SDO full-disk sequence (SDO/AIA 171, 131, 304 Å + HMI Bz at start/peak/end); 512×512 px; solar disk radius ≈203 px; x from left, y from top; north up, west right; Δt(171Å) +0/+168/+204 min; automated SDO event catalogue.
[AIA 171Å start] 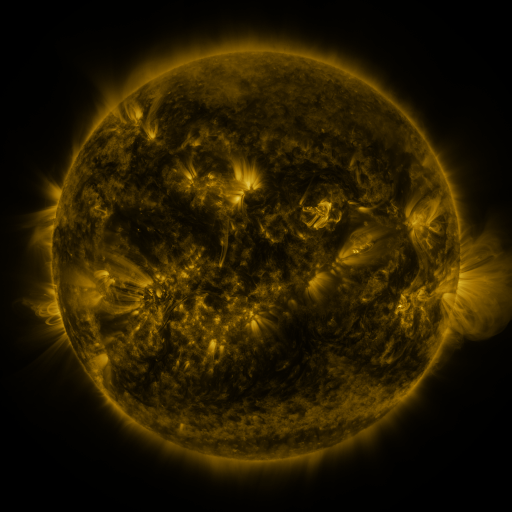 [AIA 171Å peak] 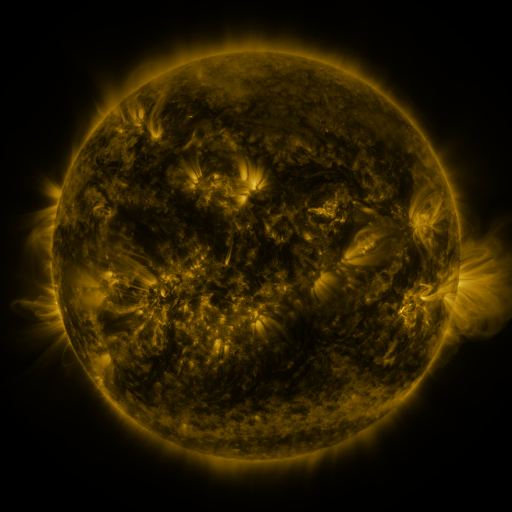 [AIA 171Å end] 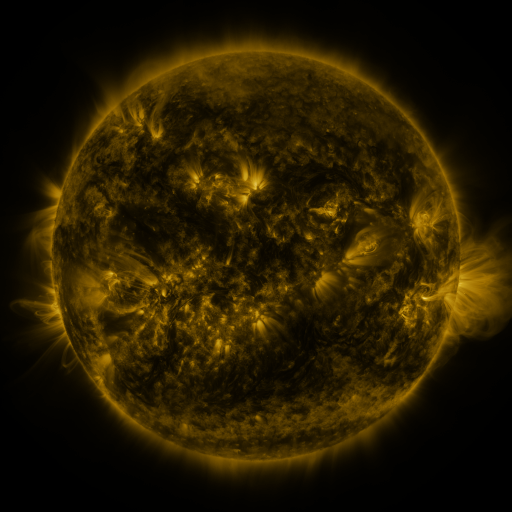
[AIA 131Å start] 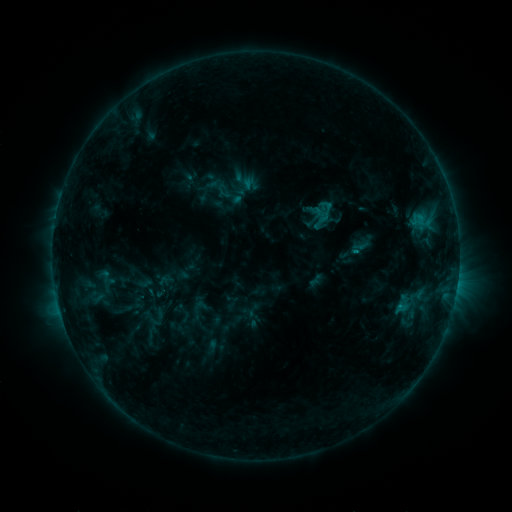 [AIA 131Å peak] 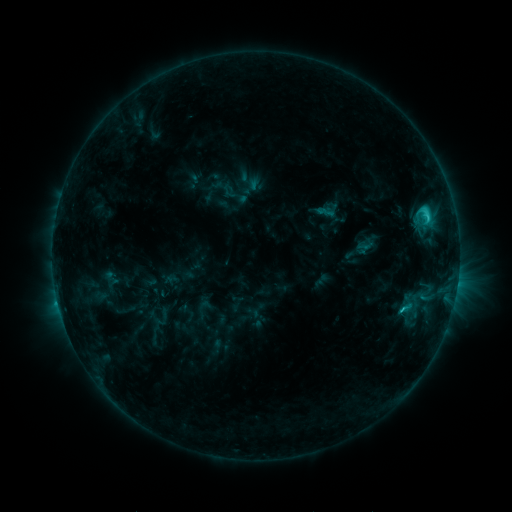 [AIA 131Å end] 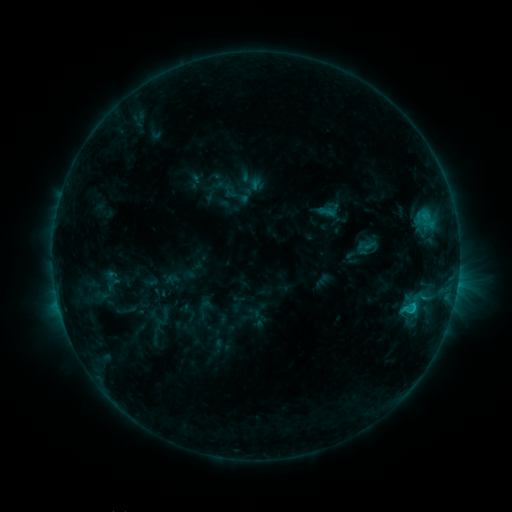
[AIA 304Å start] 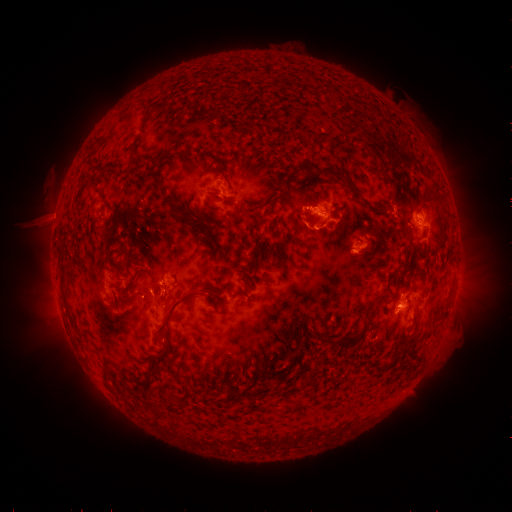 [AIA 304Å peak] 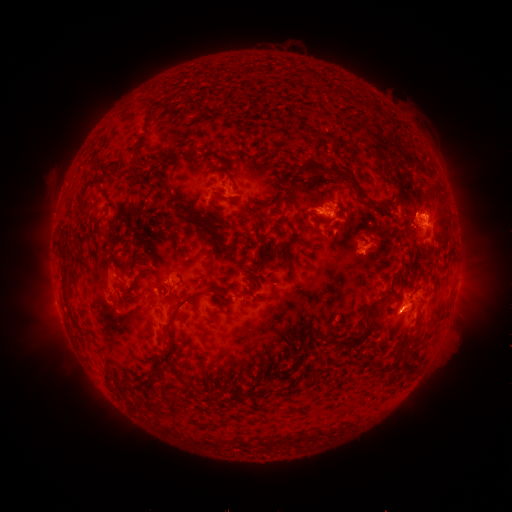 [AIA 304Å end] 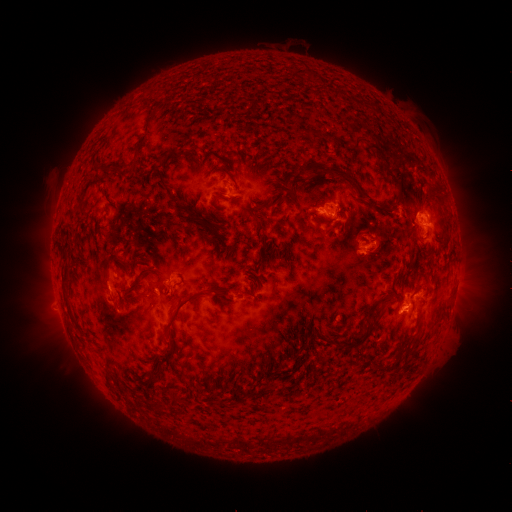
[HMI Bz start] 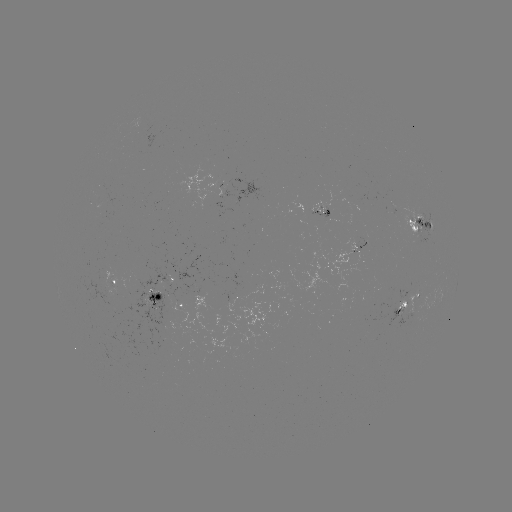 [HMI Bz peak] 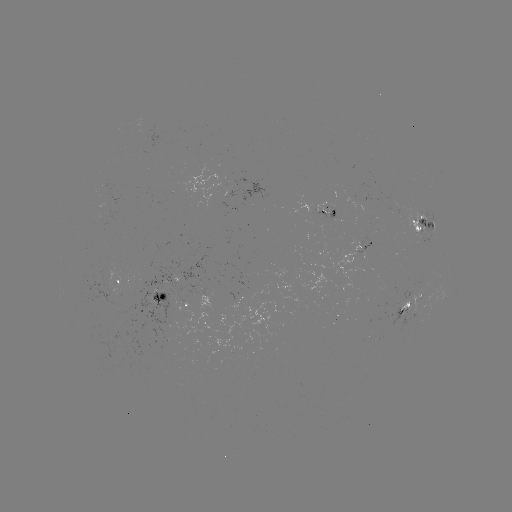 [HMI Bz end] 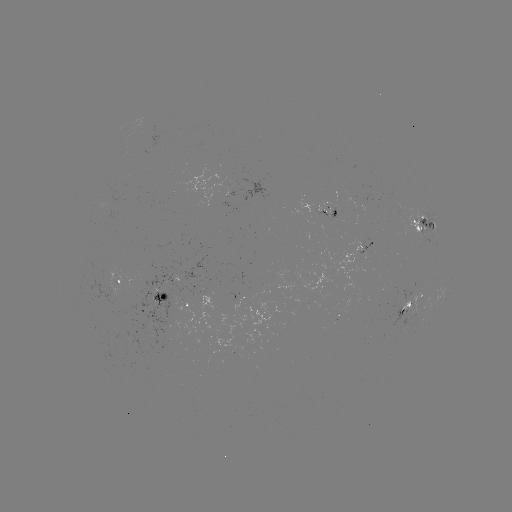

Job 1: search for emerging-flux region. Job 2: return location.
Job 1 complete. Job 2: (331, 317).